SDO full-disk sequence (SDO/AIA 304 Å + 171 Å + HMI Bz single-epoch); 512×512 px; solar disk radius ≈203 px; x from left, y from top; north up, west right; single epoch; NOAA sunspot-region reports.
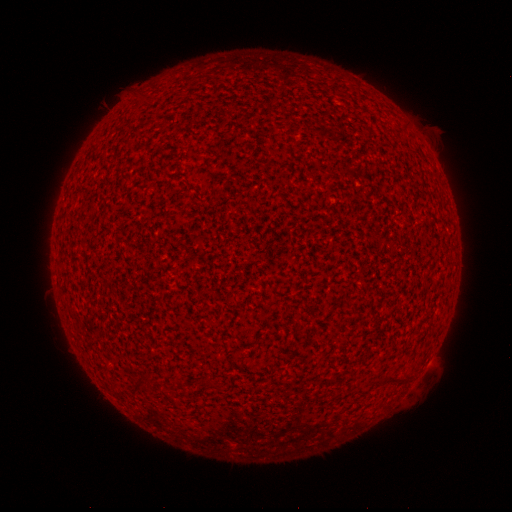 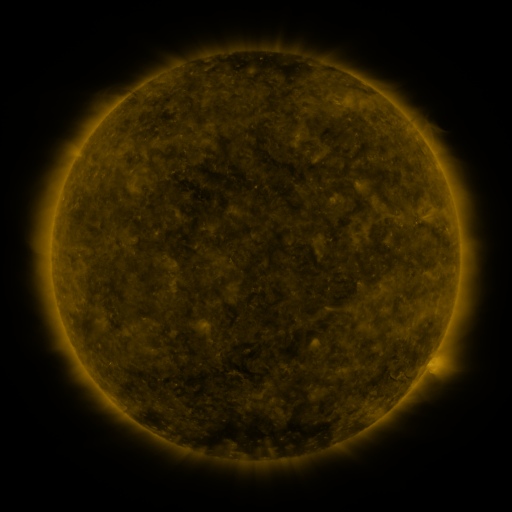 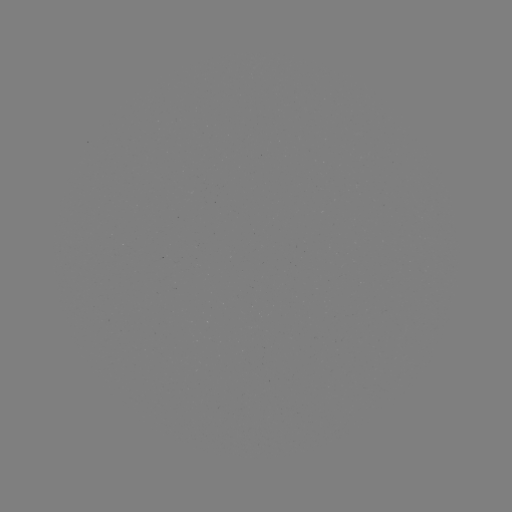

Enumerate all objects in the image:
(none)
